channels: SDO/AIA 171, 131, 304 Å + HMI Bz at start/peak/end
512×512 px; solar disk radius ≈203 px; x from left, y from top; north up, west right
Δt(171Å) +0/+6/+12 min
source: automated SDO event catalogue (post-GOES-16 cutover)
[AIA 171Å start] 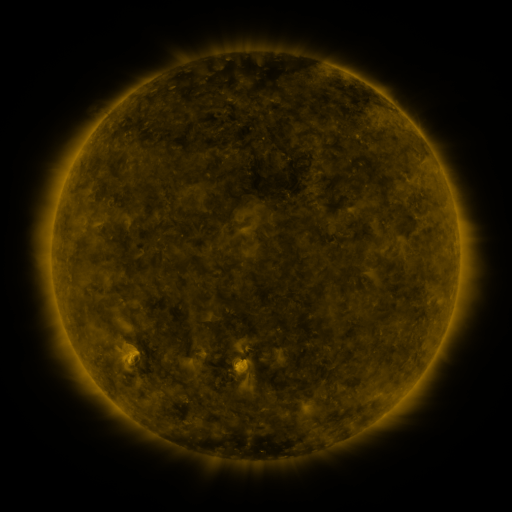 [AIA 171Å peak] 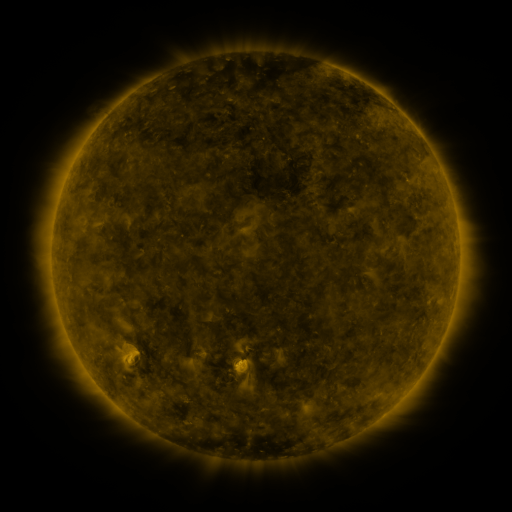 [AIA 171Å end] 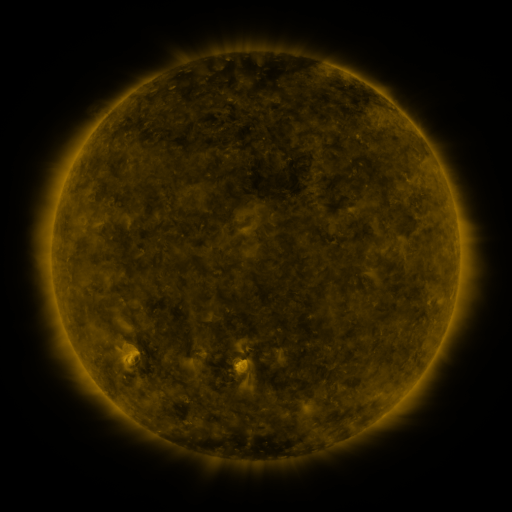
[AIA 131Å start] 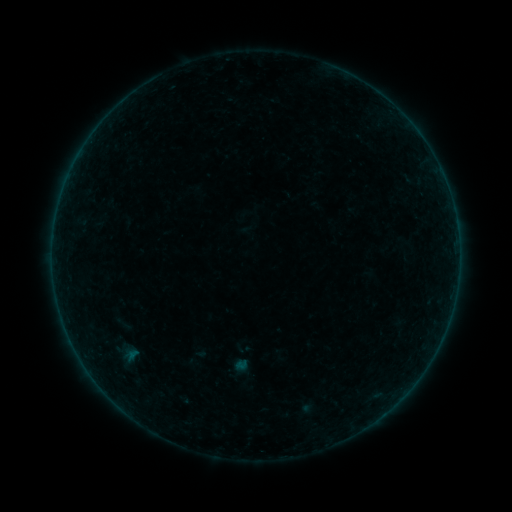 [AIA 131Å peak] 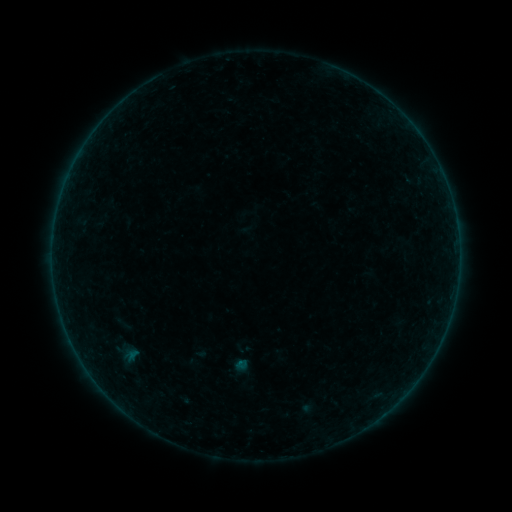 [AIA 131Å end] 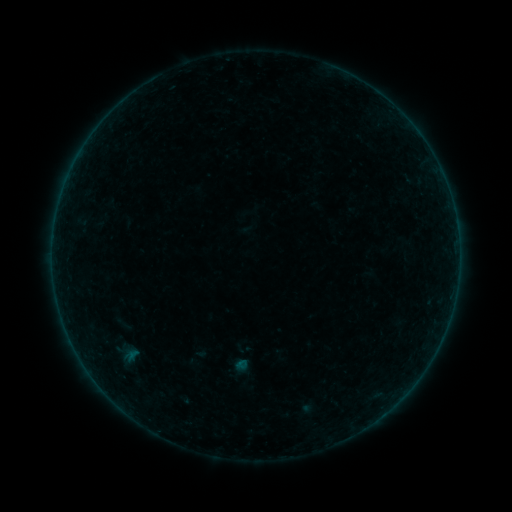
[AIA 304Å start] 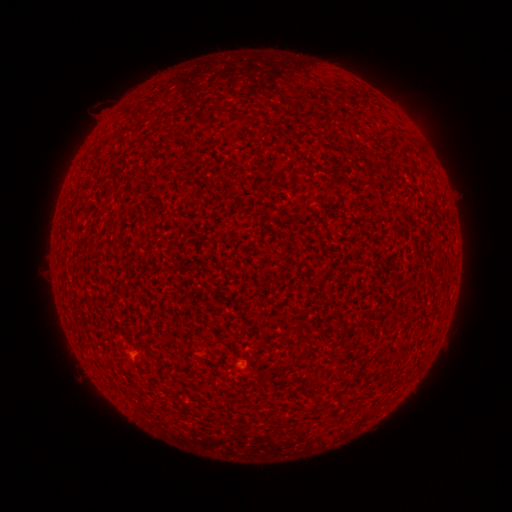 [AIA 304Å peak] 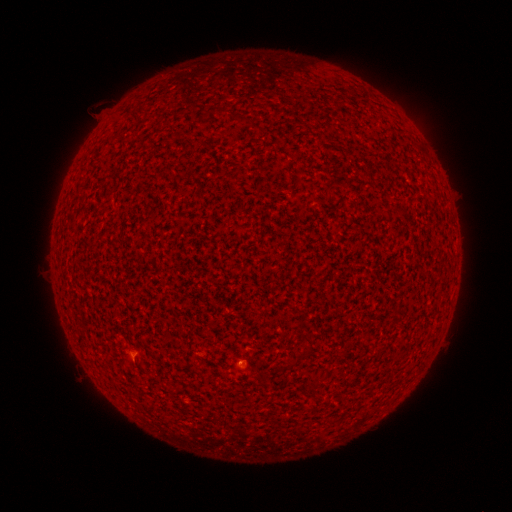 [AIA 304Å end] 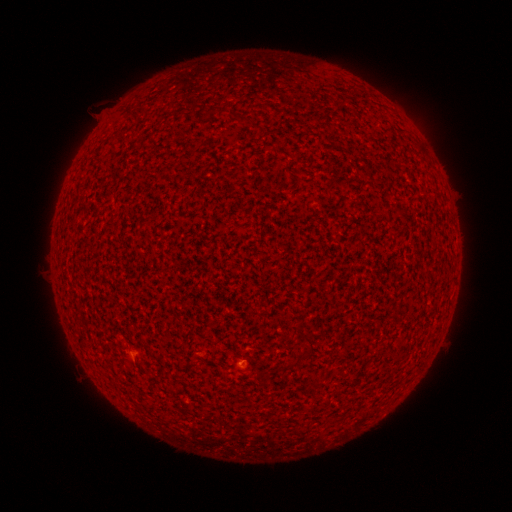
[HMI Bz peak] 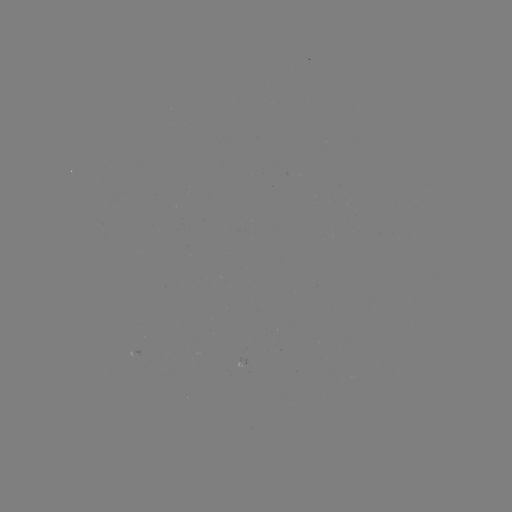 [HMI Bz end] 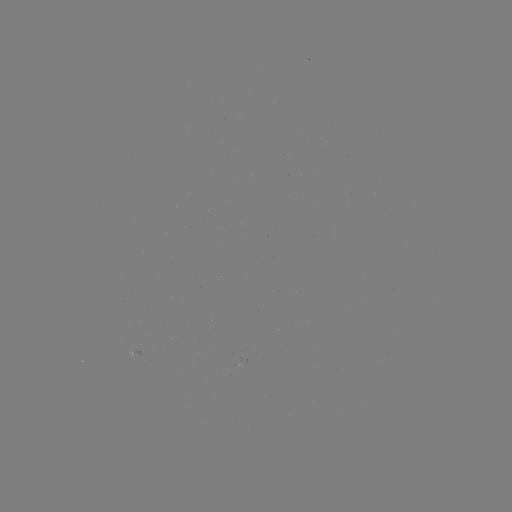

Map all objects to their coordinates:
A2.7 flare: (243, 361)
